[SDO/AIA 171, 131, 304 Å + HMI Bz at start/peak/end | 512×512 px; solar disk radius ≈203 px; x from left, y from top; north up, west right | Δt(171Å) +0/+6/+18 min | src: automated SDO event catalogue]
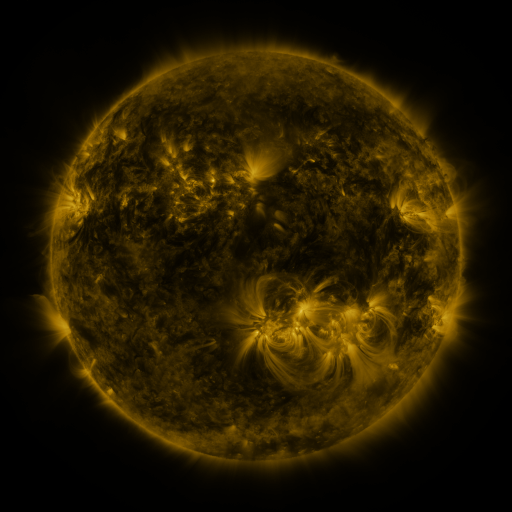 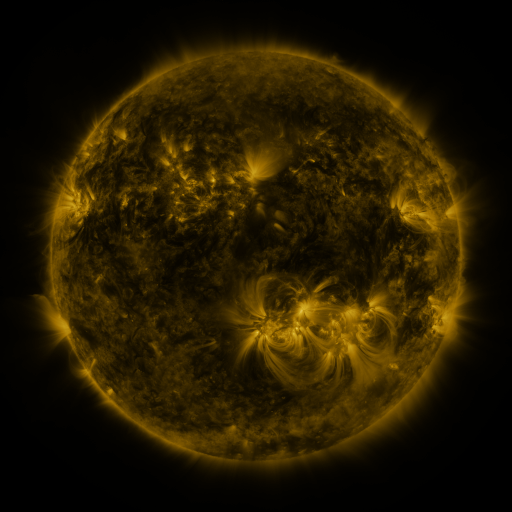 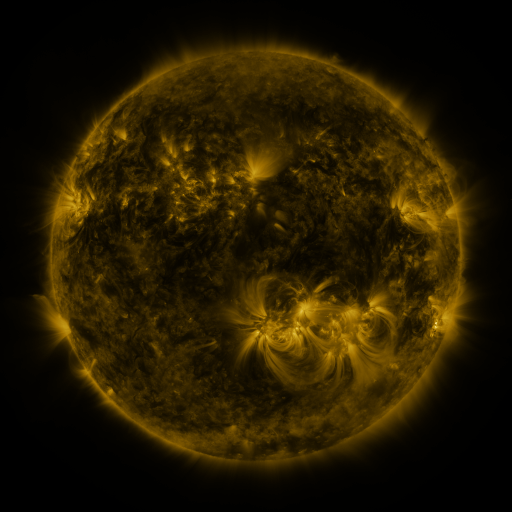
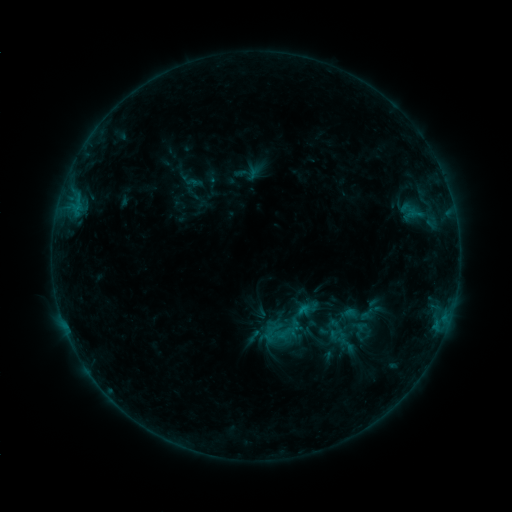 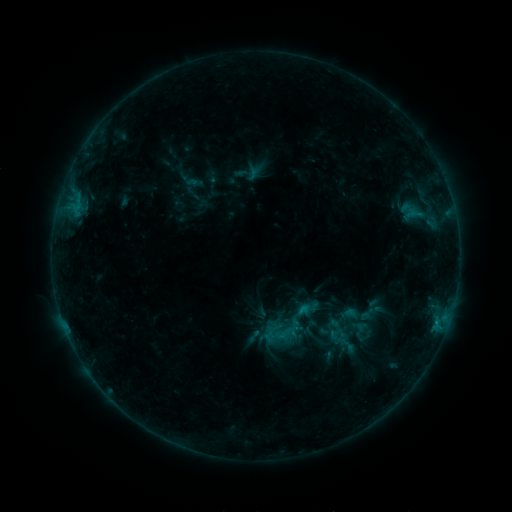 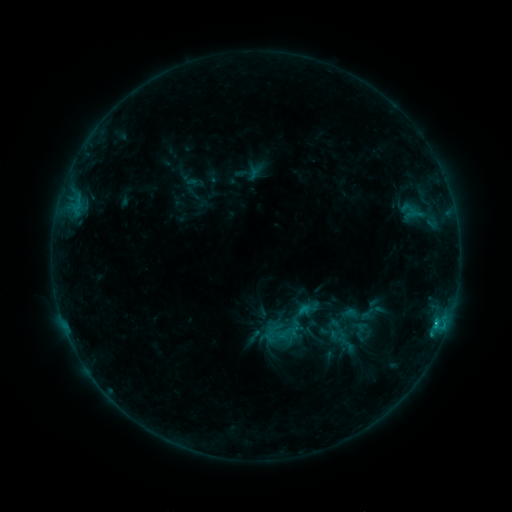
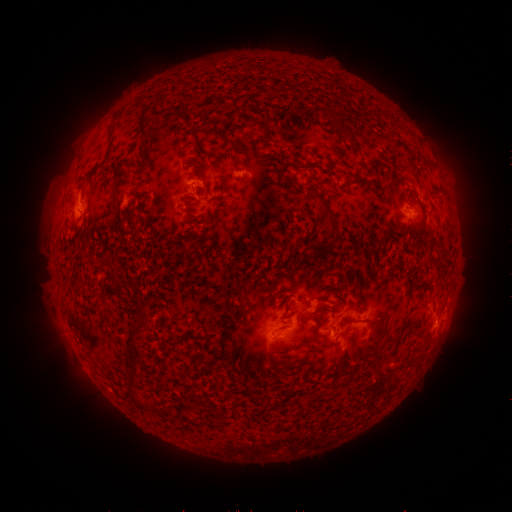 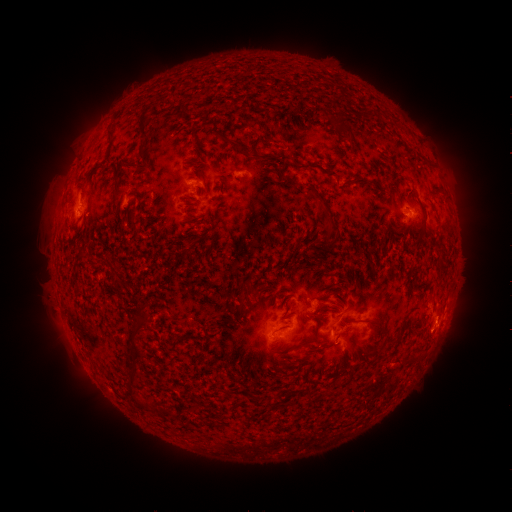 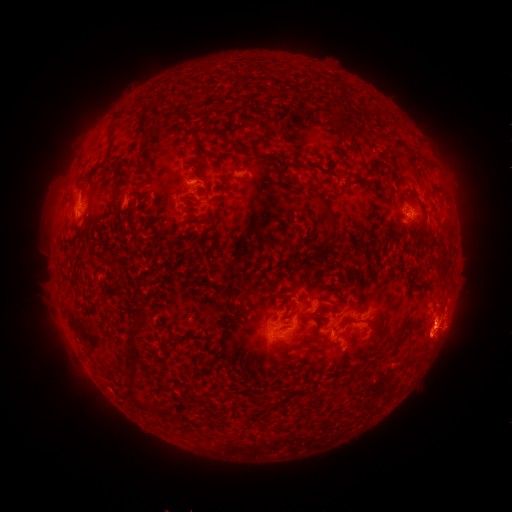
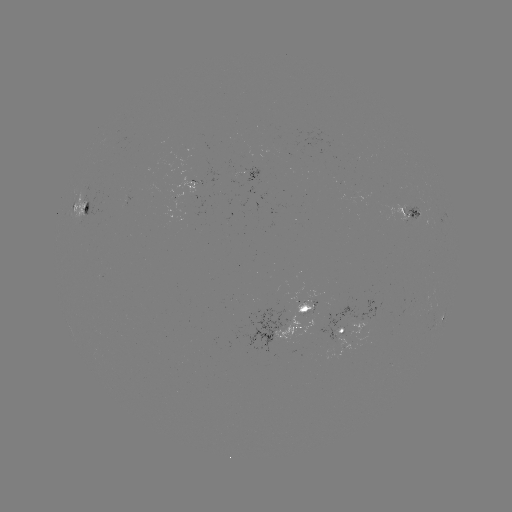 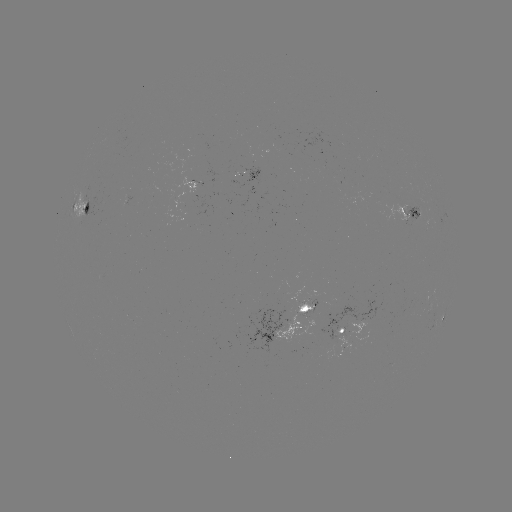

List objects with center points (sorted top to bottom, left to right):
C1.3 flare: (299, 307)
